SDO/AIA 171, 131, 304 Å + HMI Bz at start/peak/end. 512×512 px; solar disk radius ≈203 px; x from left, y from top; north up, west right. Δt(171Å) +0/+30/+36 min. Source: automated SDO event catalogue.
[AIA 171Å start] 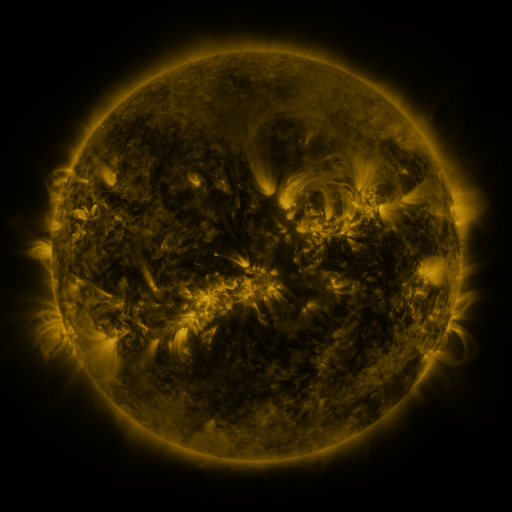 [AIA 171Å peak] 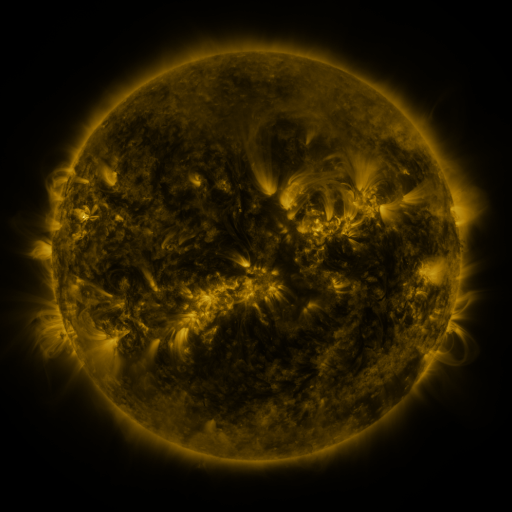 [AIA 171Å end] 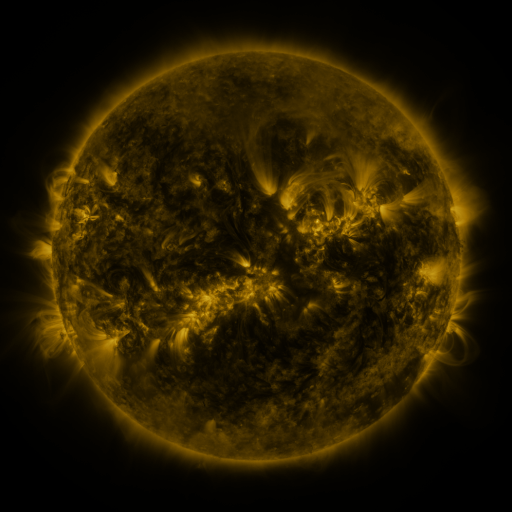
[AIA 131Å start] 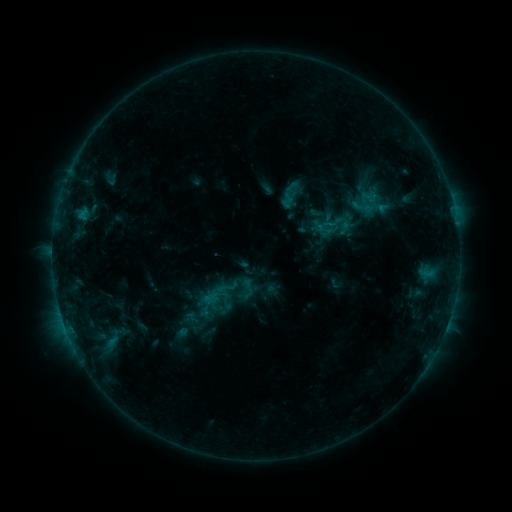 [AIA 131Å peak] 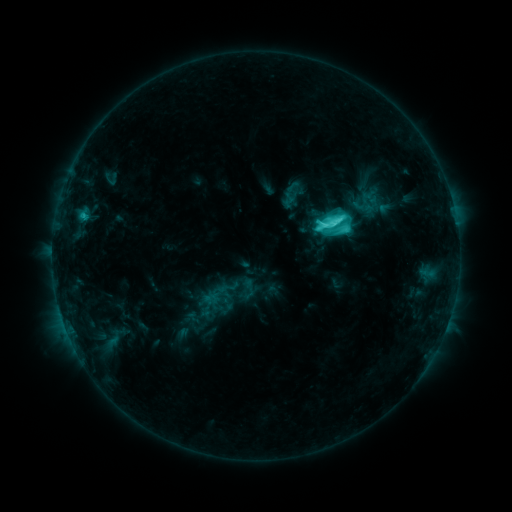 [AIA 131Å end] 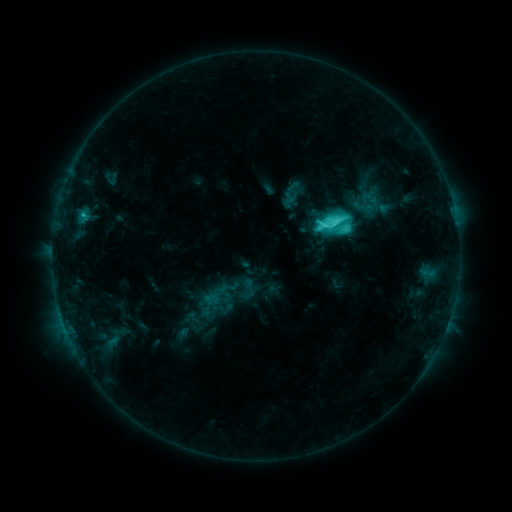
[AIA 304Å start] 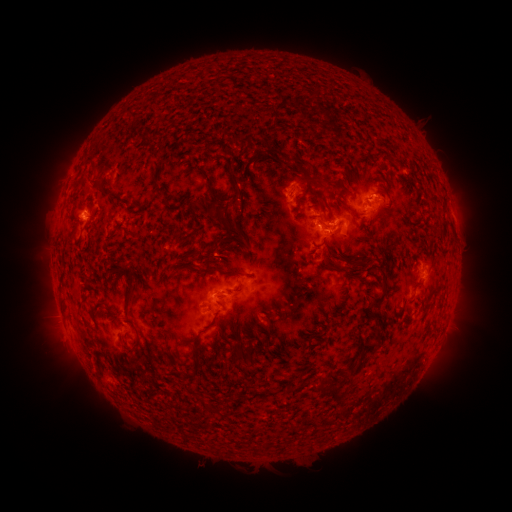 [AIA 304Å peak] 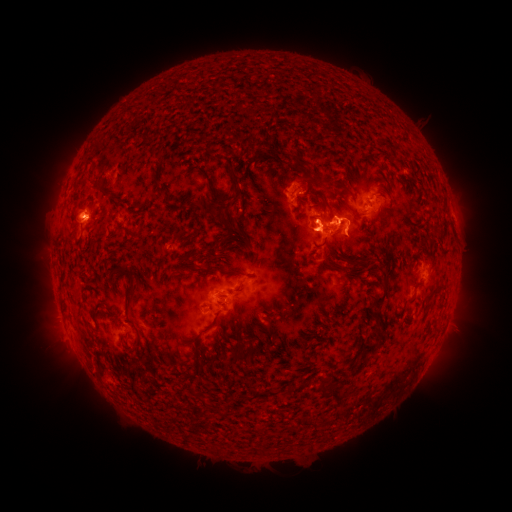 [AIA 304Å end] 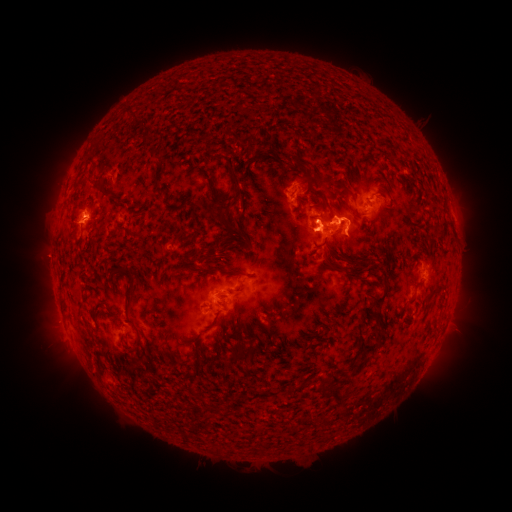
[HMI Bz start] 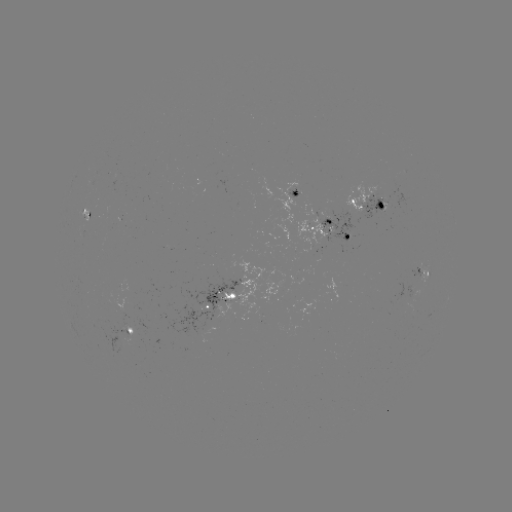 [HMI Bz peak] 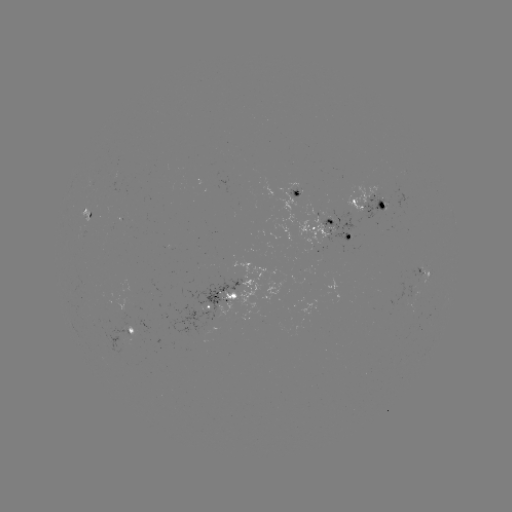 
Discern C6.8 flare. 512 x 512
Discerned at (322, 228).